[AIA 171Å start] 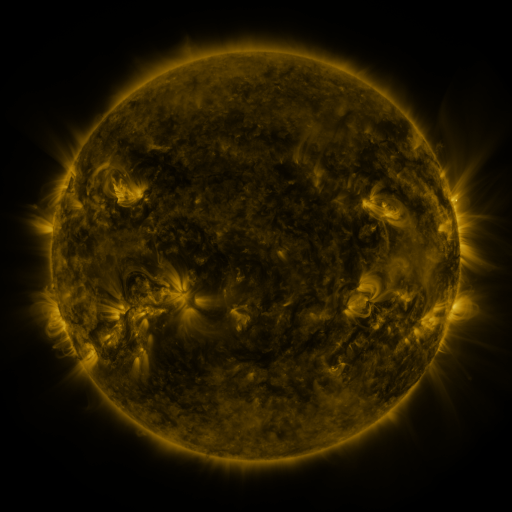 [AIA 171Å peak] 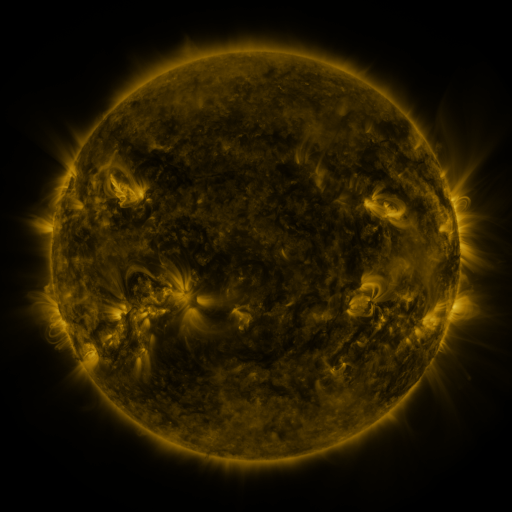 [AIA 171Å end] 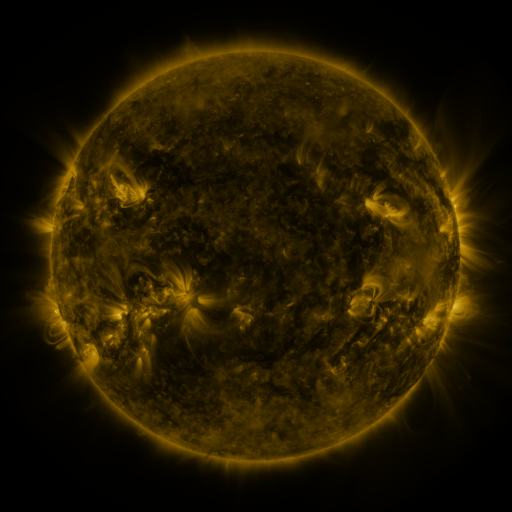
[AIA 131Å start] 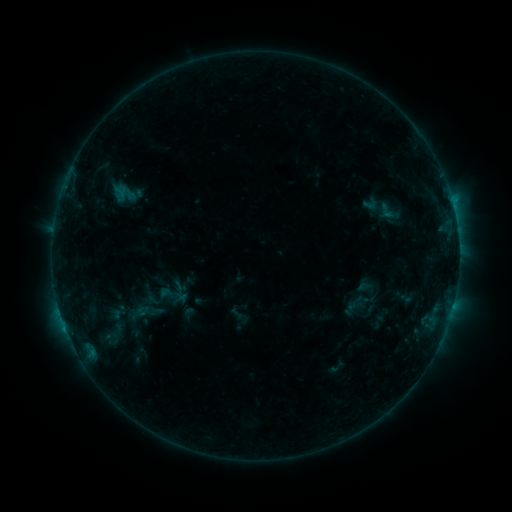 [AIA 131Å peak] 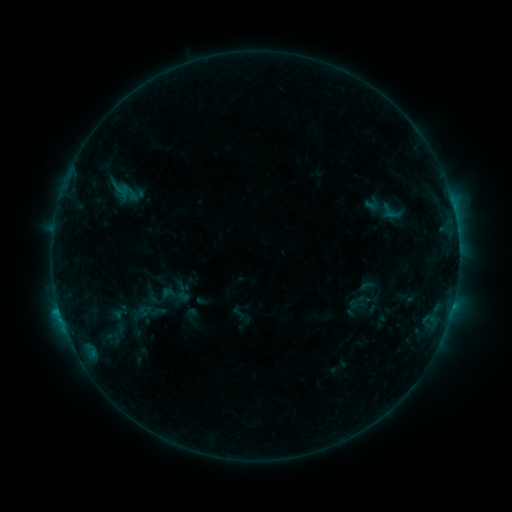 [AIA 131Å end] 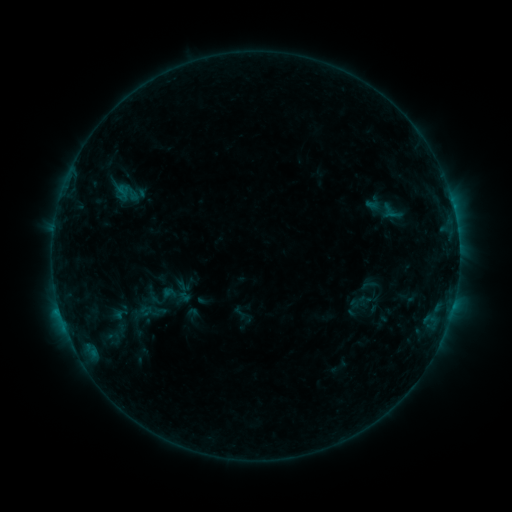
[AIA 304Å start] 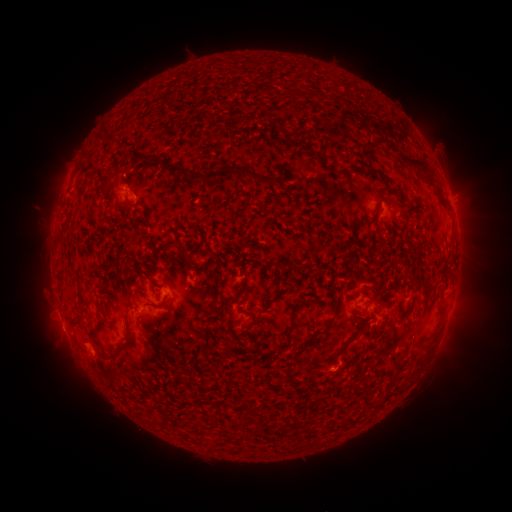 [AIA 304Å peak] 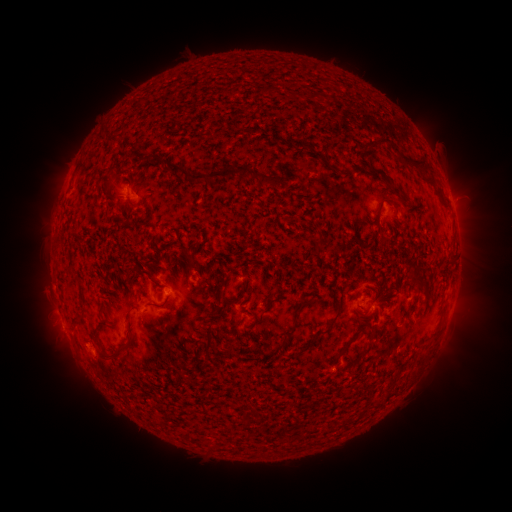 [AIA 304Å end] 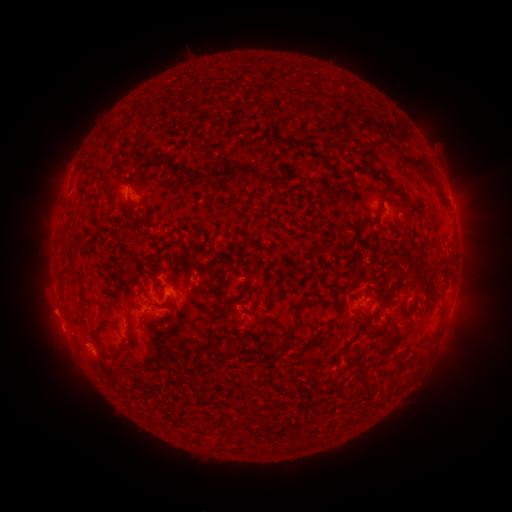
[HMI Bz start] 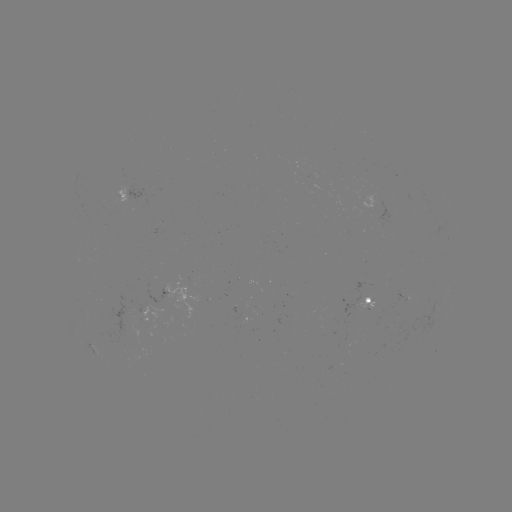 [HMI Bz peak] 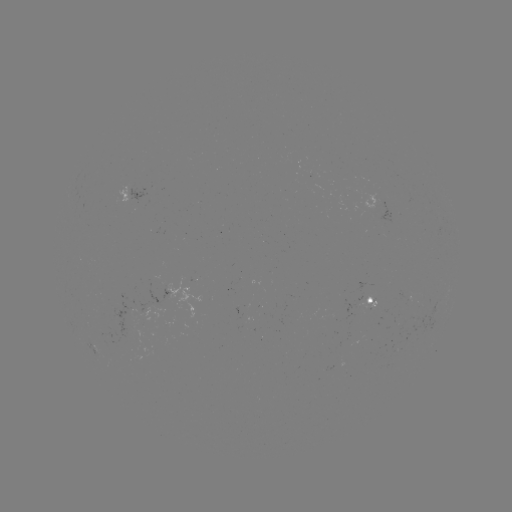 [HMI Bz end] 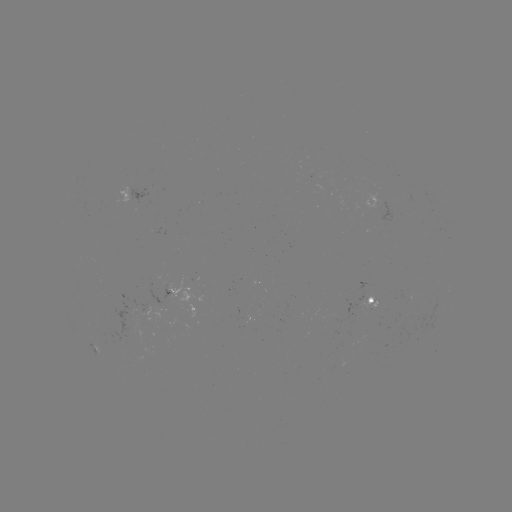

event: emerging-flux region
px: (382, 208)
